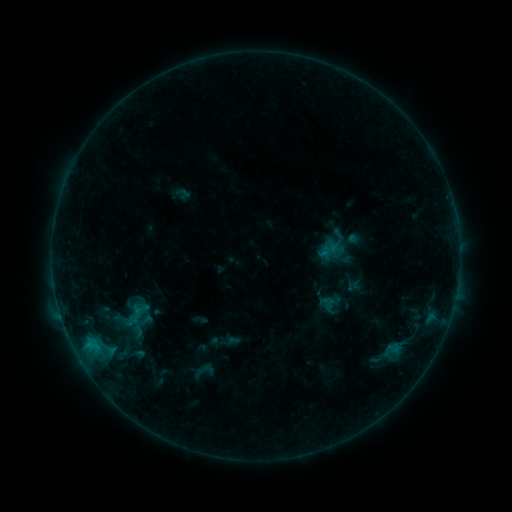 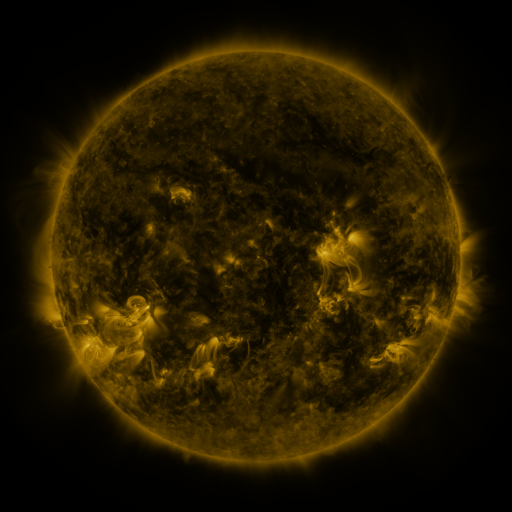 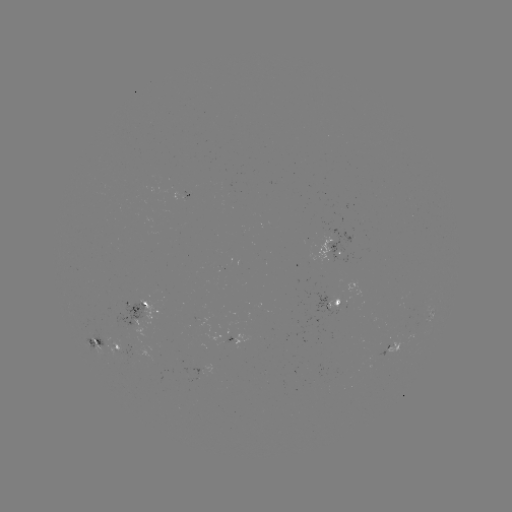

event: sigmoid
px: (204, 371)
